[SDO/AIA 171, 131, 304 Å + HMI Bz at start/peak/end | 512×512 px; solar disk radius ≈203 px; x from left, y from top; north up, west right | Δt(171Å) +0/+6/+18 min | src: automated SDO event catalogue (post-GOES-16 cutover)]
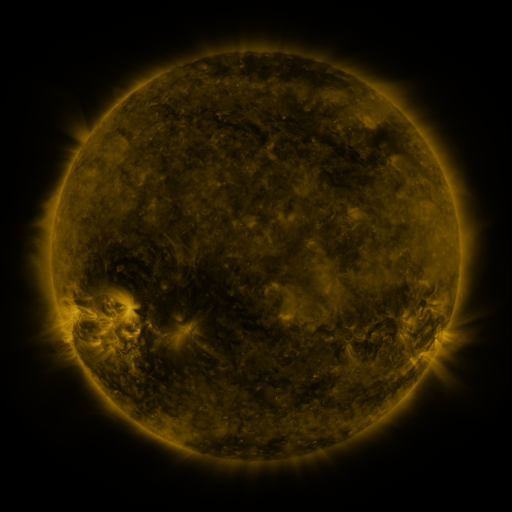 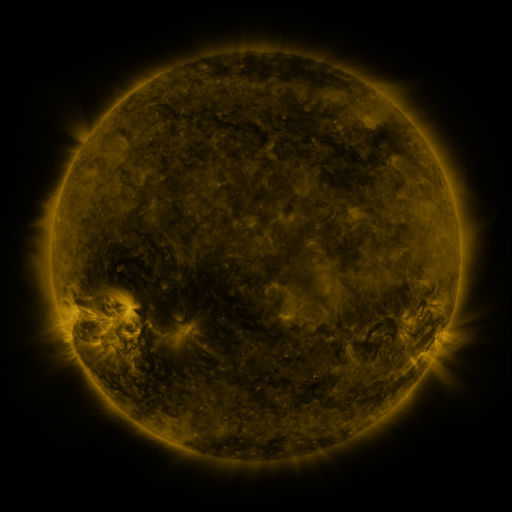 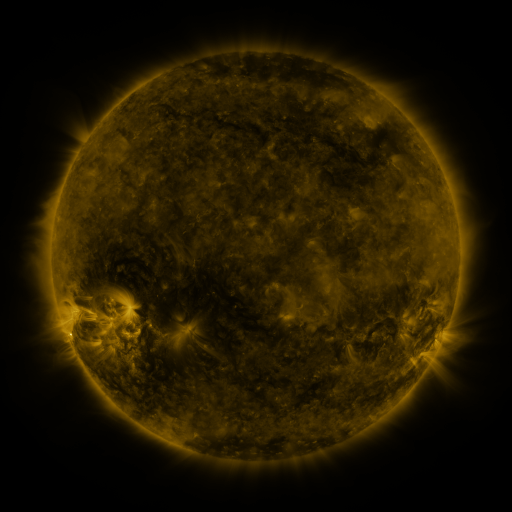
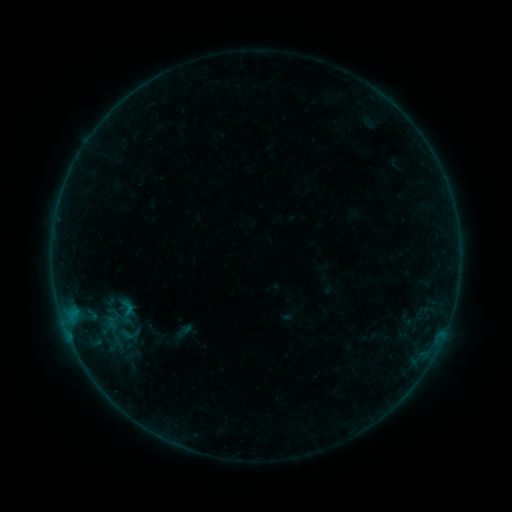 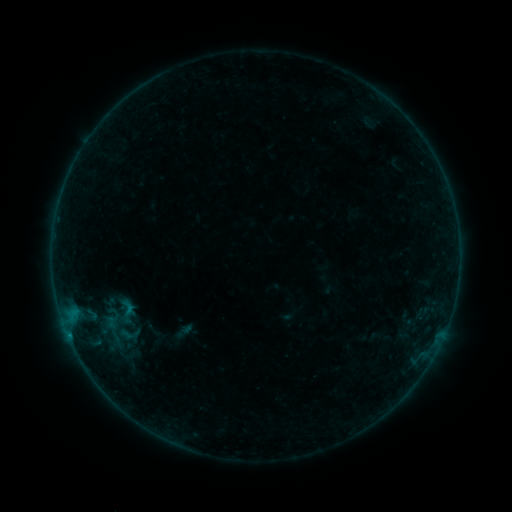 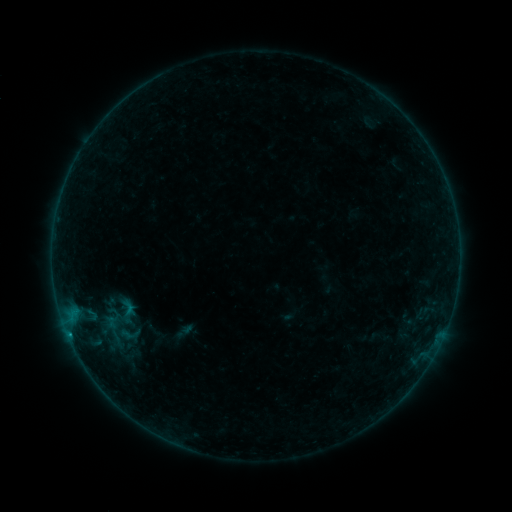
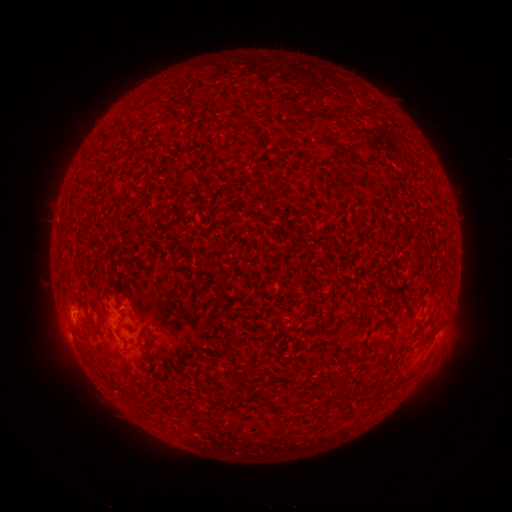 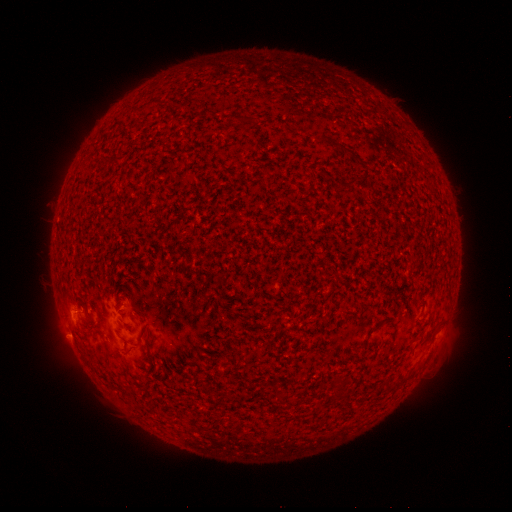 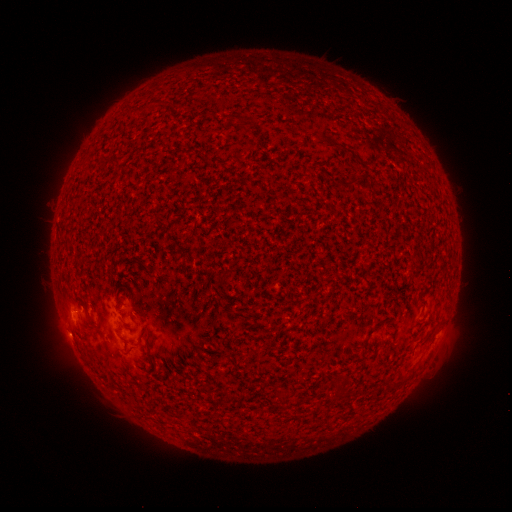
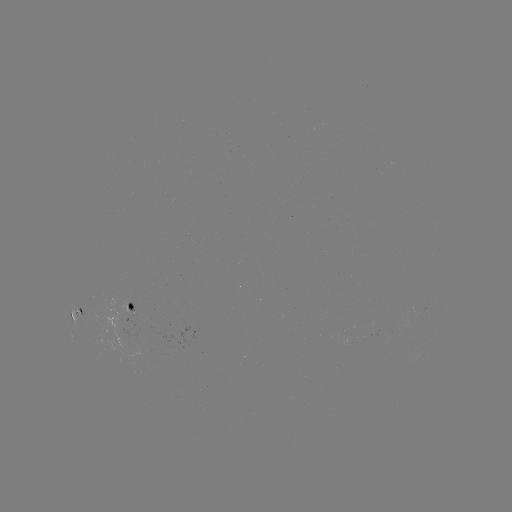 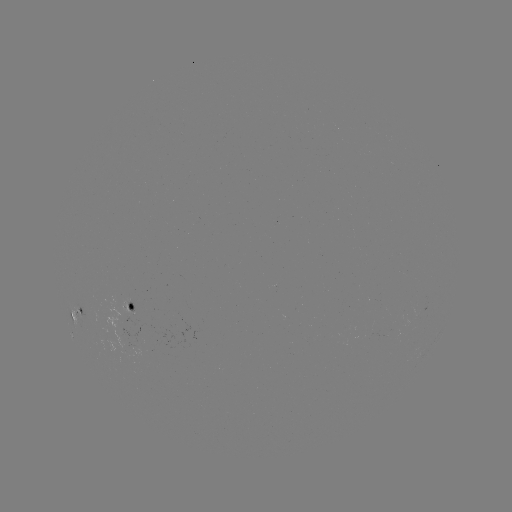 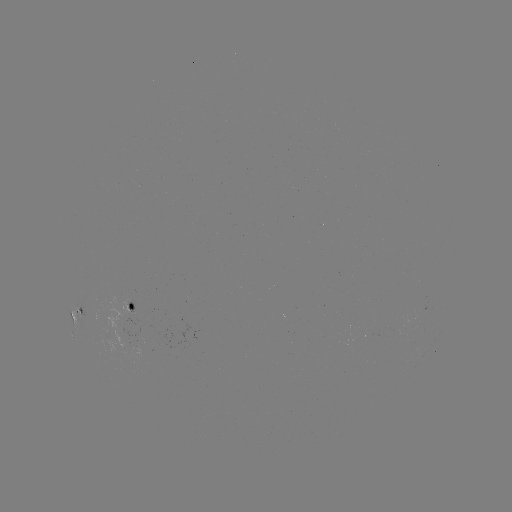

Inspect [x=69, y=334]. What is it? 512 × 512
B6.0 flare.